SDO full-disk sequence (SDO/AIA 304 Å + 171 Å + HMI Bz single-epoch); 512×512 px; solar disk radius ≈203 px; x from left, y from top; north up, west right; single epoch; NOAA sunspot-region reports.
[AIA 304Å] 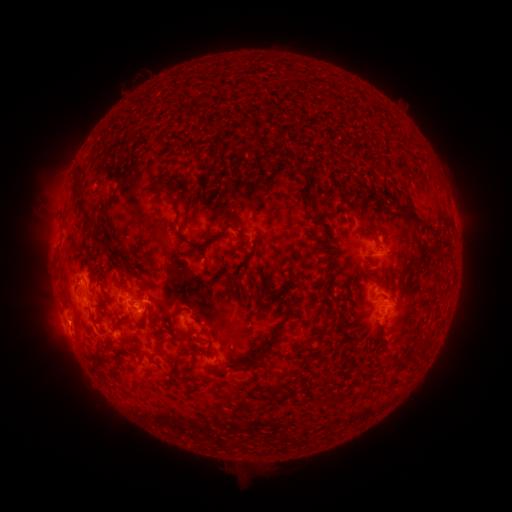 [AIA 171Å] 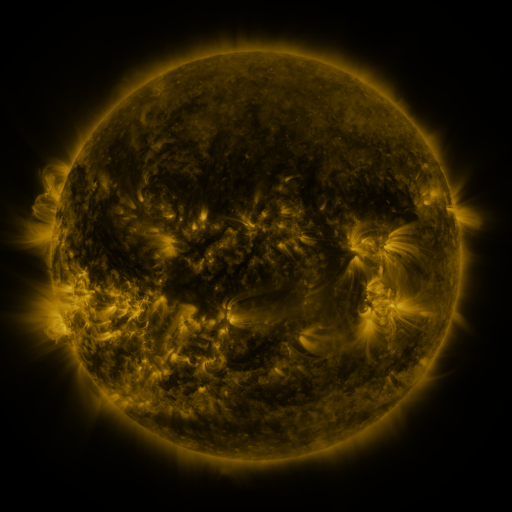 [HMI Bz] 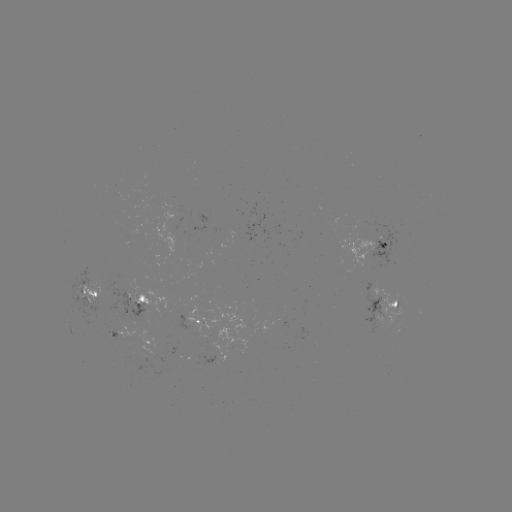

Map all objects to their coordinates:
spotted active region: (383, 243)
spotted active region: (375, 289)
spotted active region: (88, 295)
spotted active region: (388, 302)
spotted active region: (137, 303)
spotted active region: (377, 320)
spotted active region: (201, 323)
spotted active region: (119, 335)
spotted active region: (151, 341)
